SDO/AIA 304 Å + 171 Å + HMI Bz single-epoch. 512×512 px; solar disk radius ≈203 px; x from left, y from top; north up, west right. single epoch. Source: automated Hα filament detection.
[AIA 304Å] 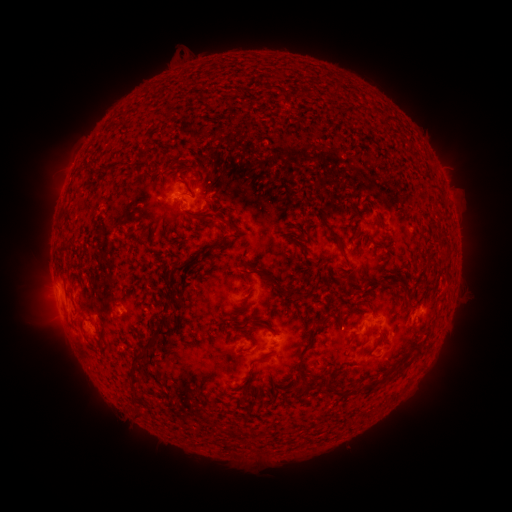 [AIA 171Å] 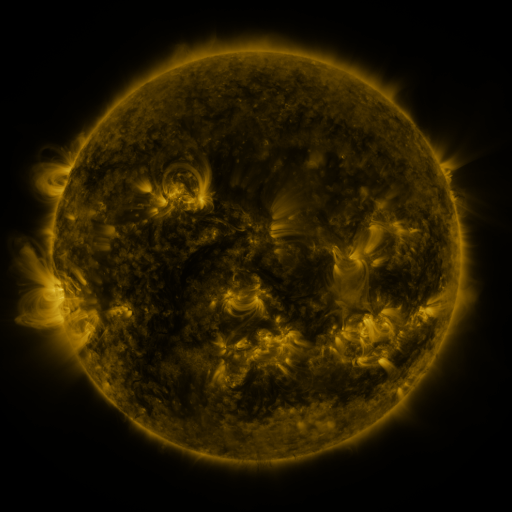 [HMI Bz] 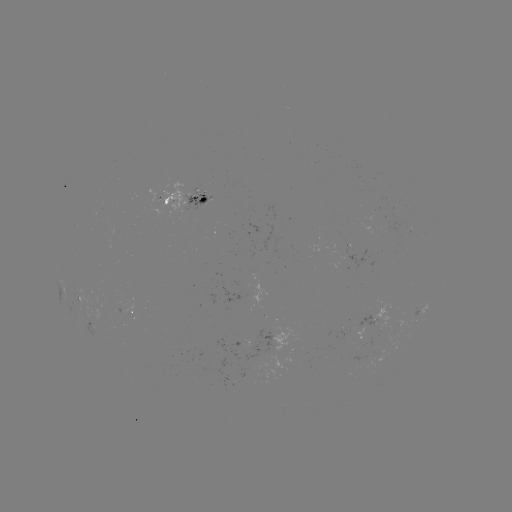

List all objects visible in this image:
filament: (284, 93)
filament: (90, 162)
filament: (190, 188)
filament: (203, 219)
filament: (381, 222)
filament: (307, 229)
filament: (329, 230)
filament: (213, 248)
filament: (178, 268)
filament: (274, 283)
filament: (320, 322)
filament: (154, 335)
filament: (379, 341)
filament: (417, 354)
filament: (136, 355)
filament: (134, 380)
filament: (367, 387)
